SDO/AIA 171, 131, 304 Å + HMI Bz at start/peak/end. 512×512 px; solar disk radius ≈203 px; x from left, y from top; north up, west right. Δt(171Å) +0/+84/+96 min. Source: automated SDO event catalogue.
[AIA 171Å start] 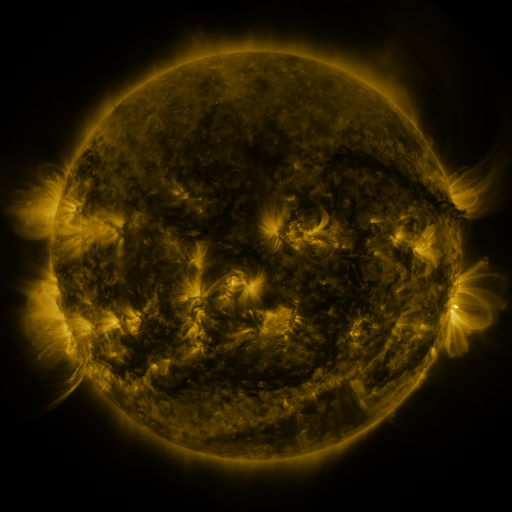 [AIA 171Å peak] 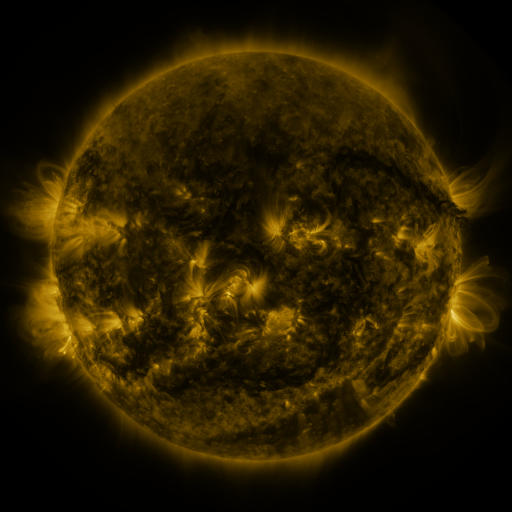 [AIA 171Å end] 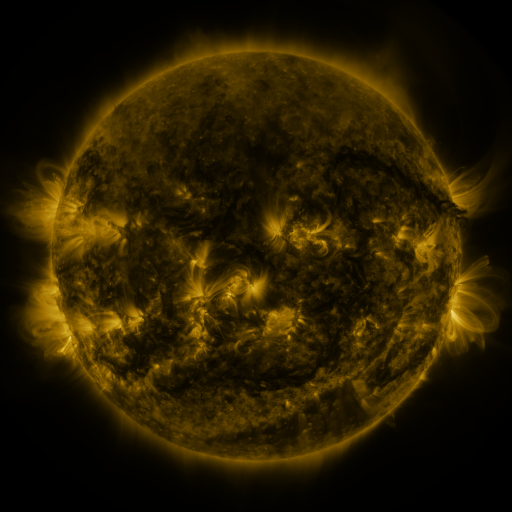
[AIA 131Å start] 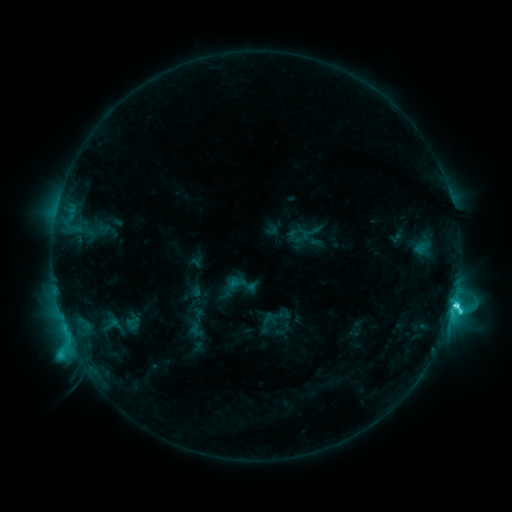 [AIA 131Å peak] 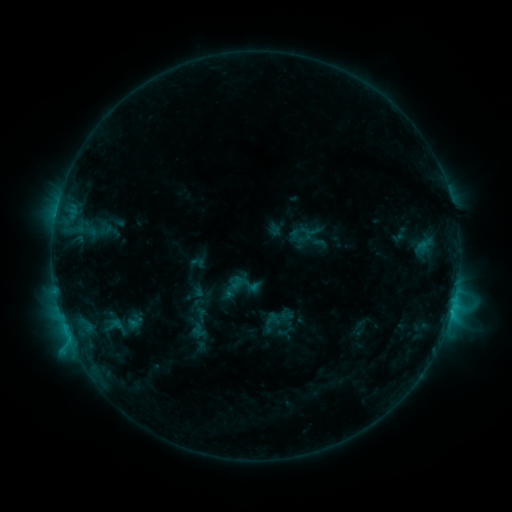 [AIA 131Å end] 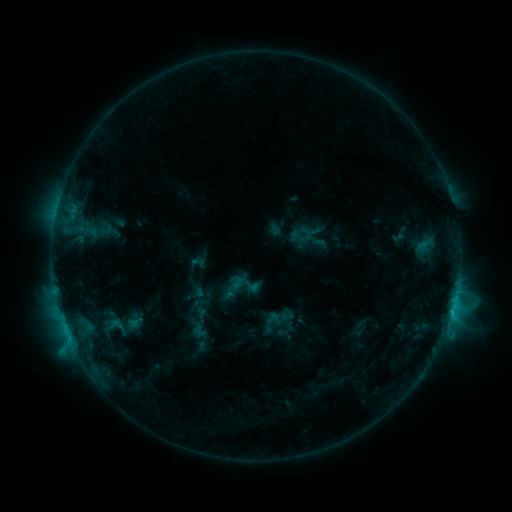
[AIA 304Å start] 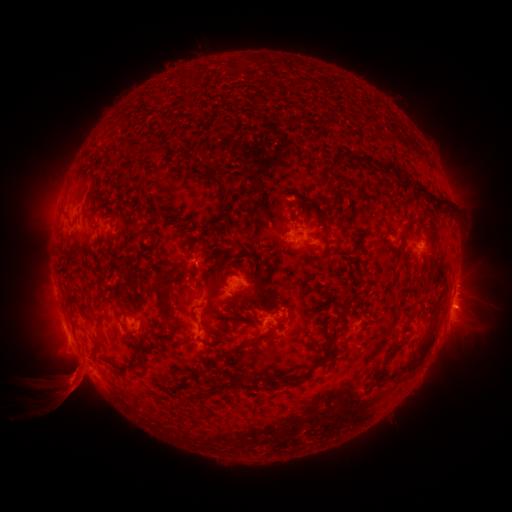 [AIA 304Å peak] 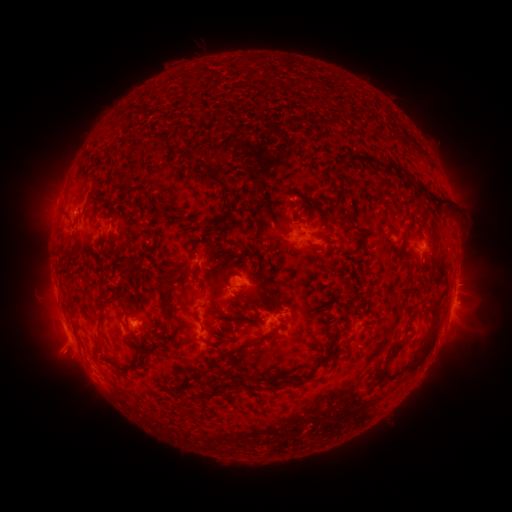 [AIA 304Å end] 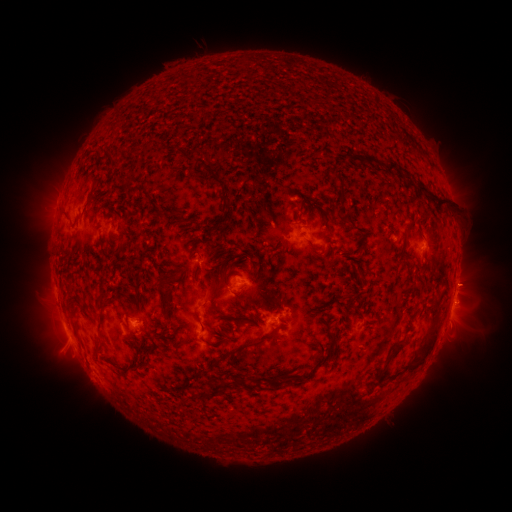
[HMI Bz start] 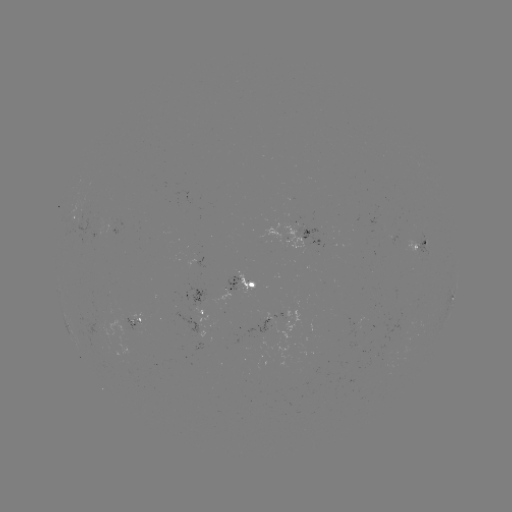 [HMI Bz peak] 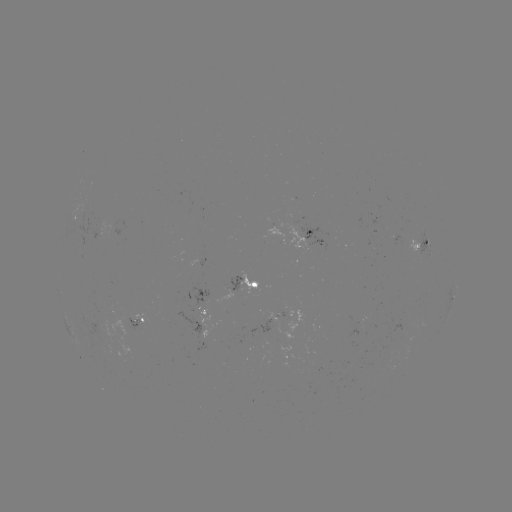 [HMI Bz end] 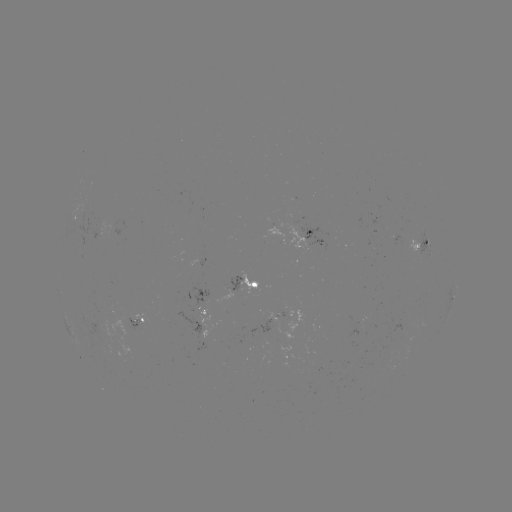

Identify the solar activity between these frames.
emerging-flux region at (137, 328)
